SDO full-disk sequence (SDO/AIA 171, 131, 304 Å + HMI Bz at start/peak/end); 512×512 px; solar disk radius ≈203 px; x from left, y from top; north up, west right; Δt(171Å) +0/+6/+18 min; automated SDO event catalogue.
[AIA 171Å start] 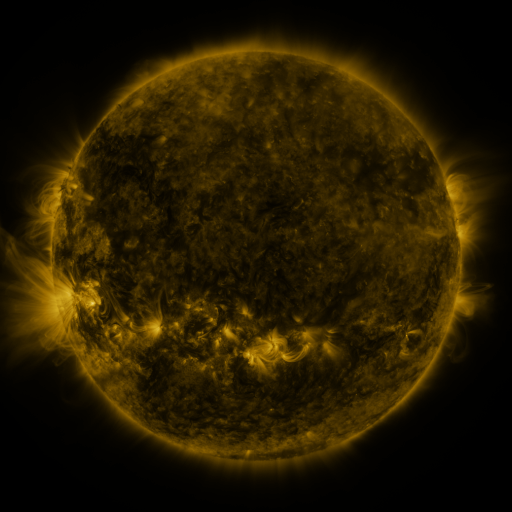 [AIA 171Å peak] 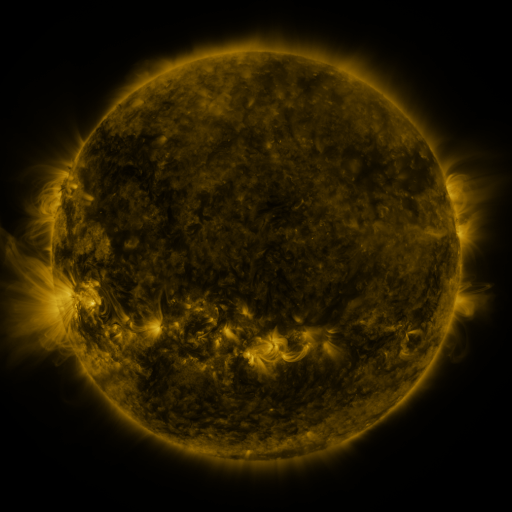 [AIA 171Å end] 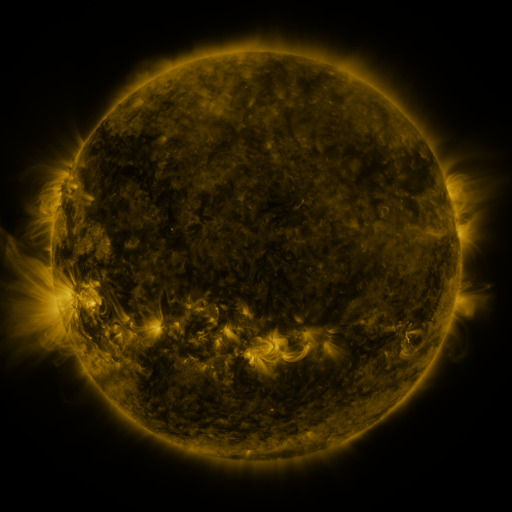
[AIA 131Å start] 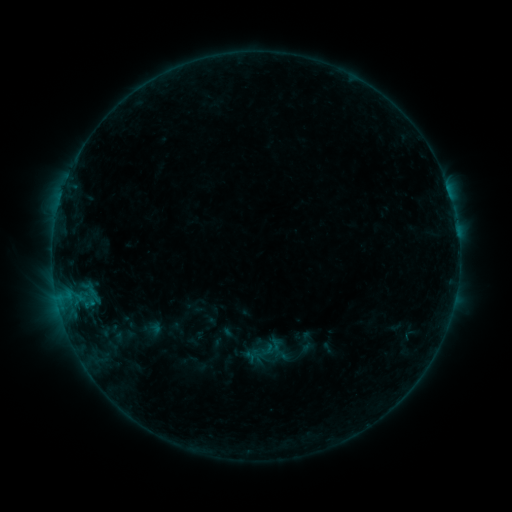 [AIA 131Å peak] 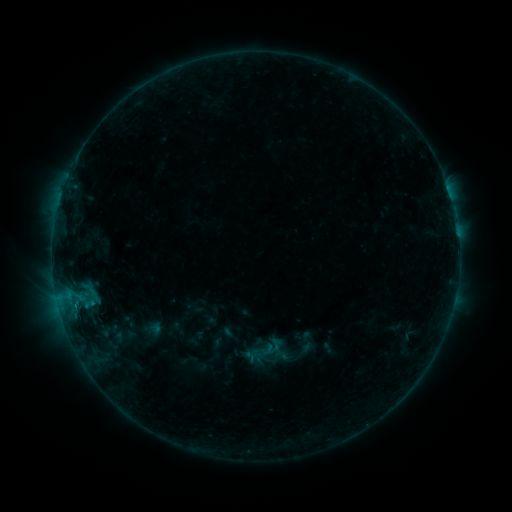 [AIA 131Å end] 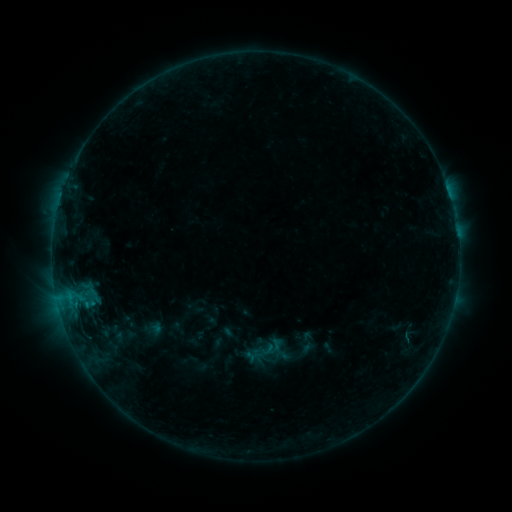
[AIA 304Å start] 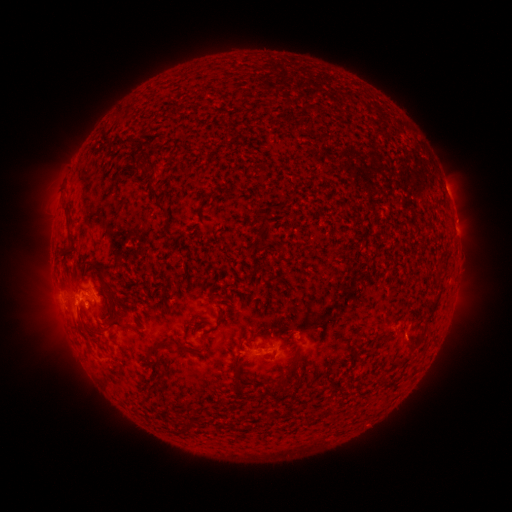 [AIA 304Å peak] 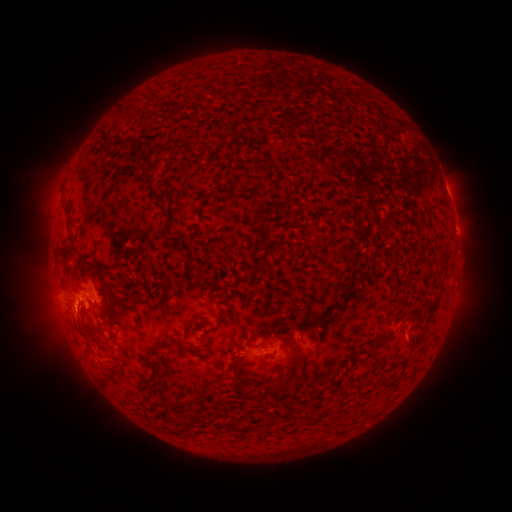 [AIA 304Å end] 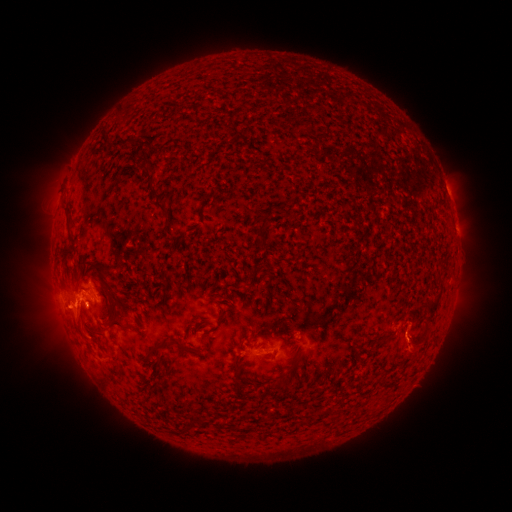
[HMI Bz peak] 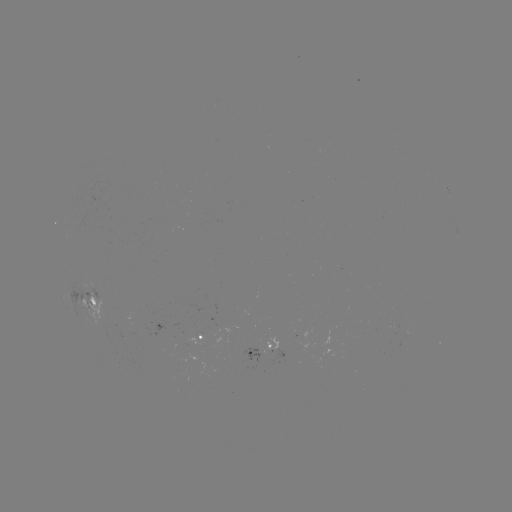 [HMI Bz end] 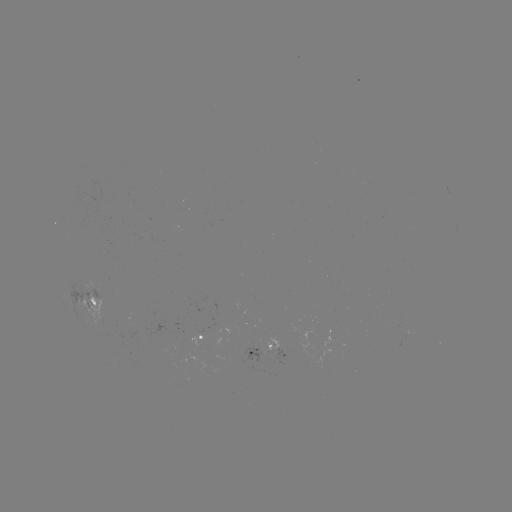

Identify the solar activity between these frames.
B6.2 flare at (75, 306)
